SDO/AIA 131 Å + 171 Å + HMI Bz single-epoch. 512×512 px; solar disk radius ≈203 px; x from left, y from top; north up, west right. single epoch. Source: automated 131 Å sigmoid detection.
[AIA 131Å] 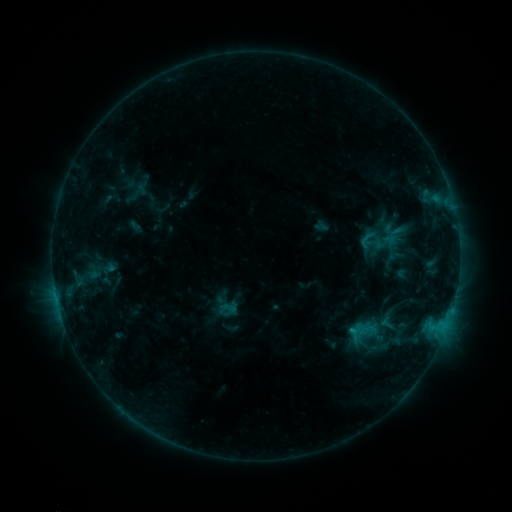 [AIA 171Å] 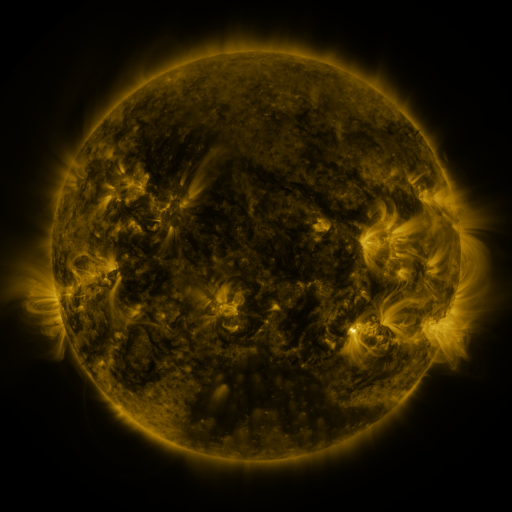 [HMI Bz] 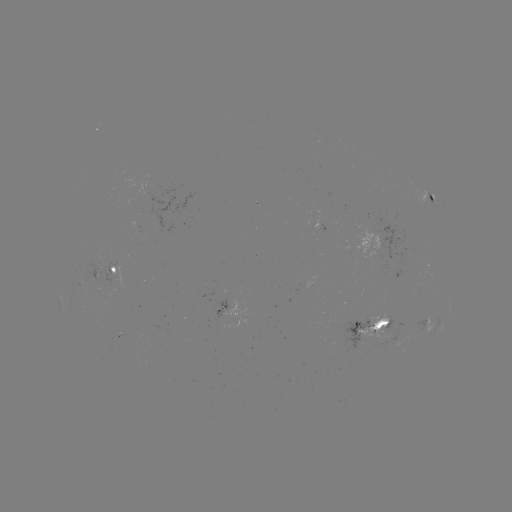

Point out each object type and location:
sigmoid: (387, 323)
